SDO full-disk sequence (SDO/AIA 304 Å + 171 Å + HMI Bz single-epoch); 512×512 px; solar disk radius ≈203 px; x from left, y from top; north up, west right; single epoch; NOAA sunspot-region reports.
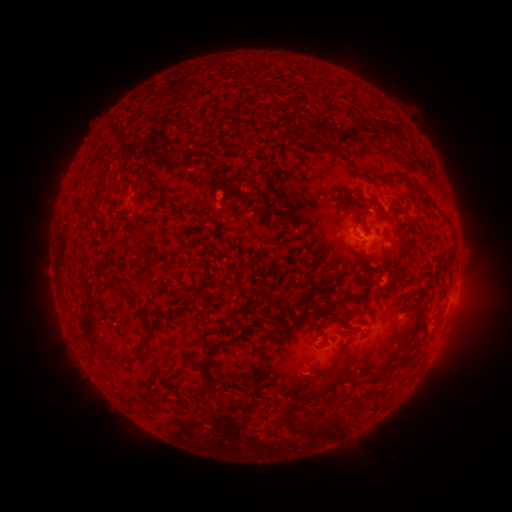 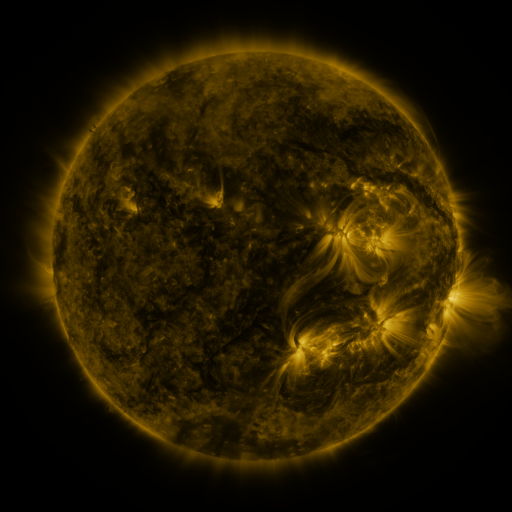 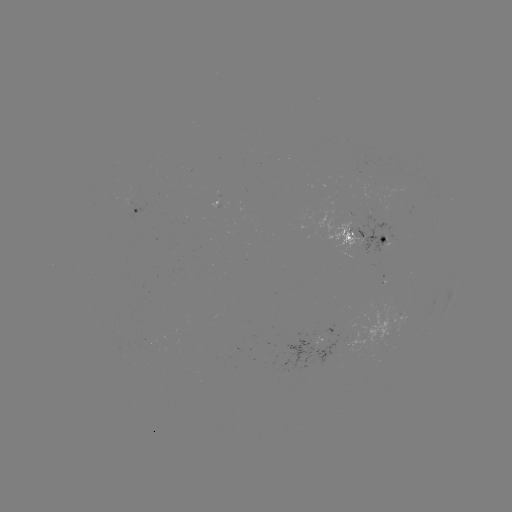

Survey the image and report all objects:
spotted active region: (138, 213)
spotted active region: (368, 238)
spotted active region: (404, 319)
spotted active region: (325, 337)
